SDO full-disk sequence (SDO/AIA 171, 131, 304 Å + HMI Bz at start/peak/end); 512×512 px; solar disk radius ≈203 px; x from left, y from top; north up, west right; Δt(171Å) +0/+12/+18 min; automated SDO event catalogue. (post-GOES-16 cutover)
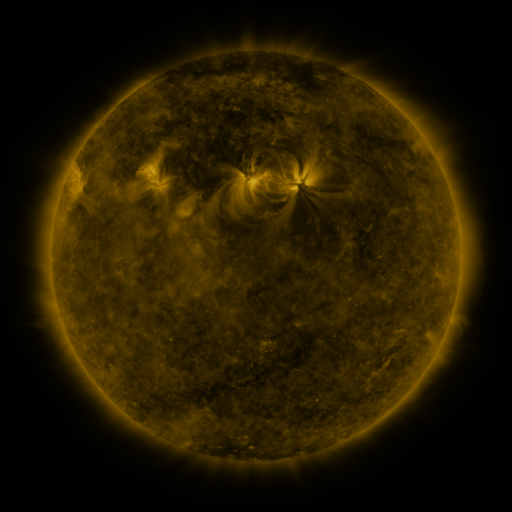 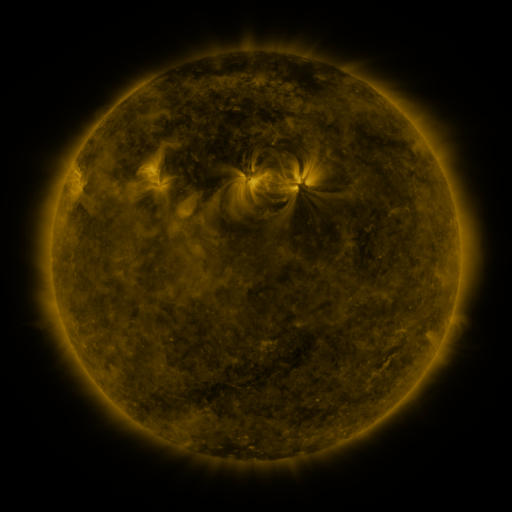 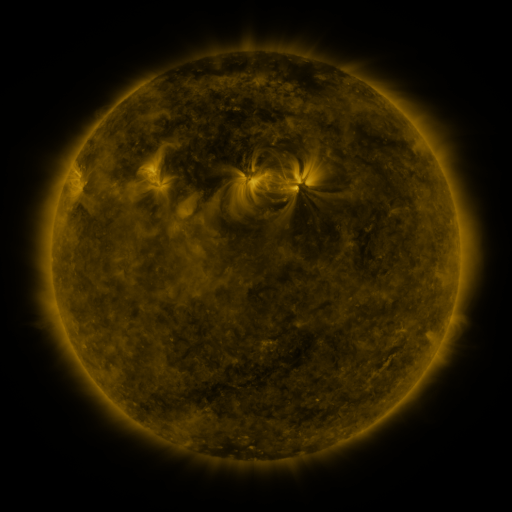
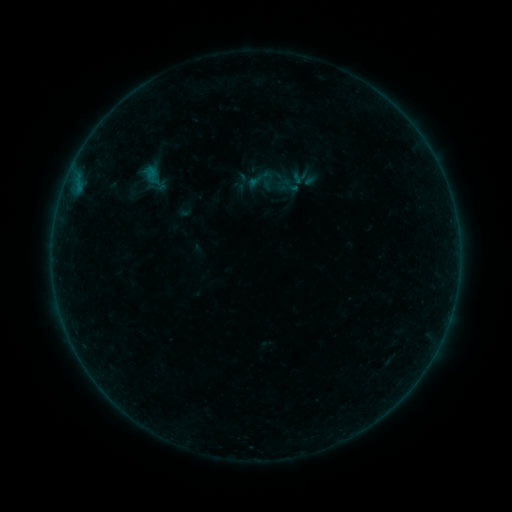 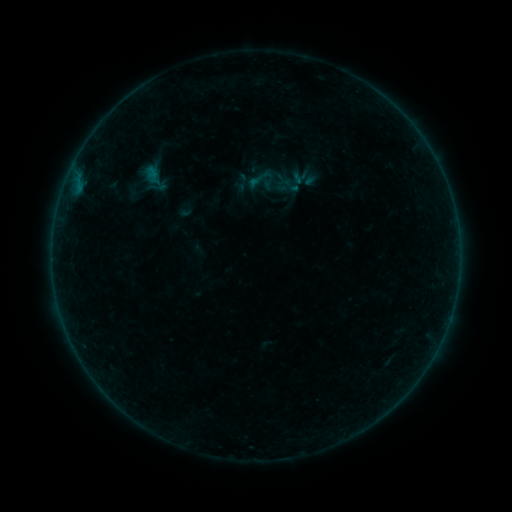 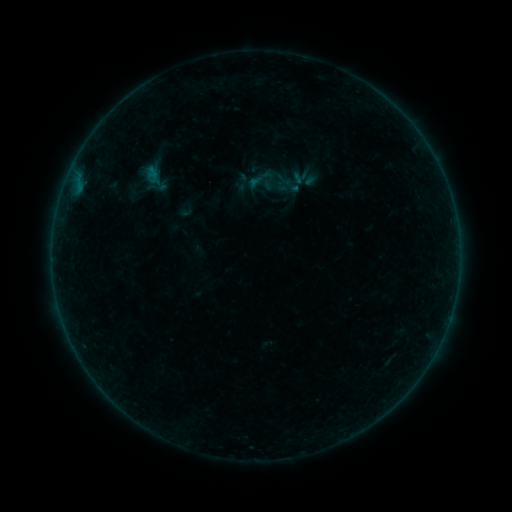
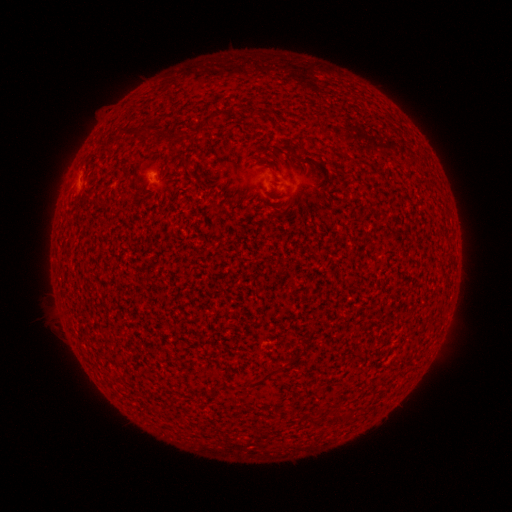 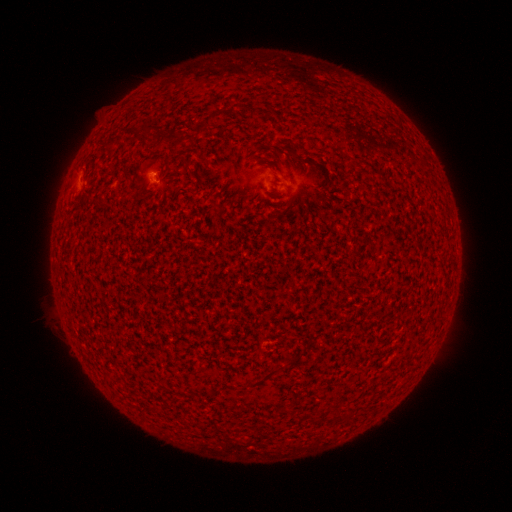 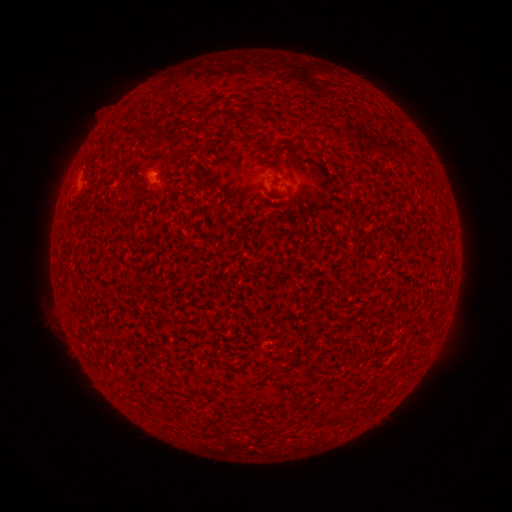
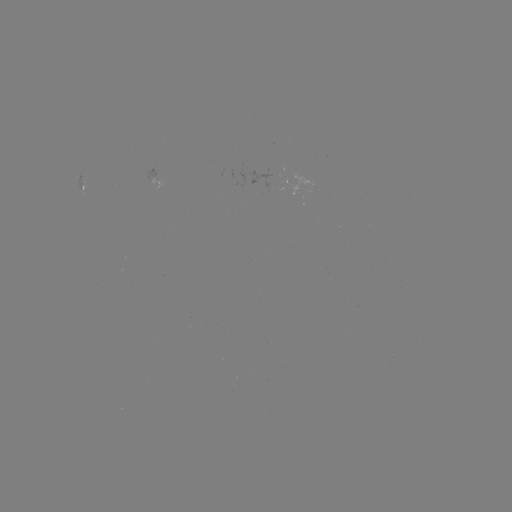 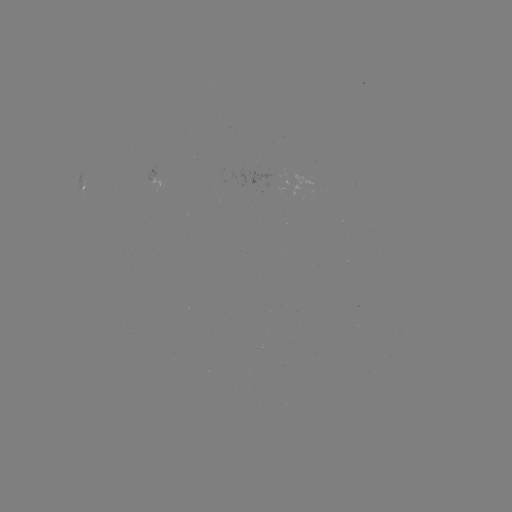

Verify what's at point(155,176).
B1.0 flare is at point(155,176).